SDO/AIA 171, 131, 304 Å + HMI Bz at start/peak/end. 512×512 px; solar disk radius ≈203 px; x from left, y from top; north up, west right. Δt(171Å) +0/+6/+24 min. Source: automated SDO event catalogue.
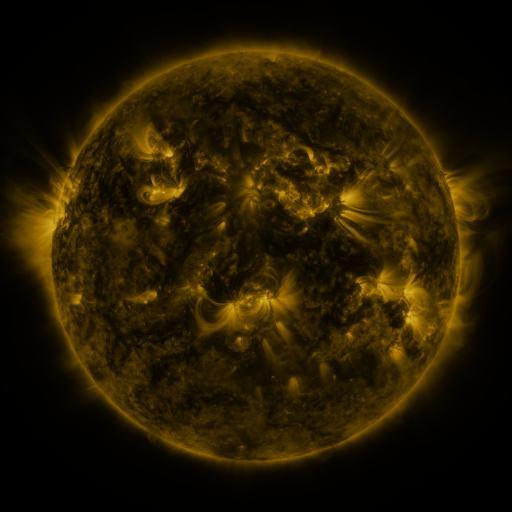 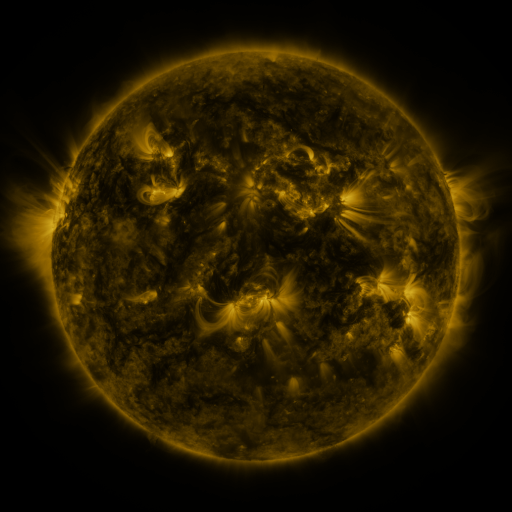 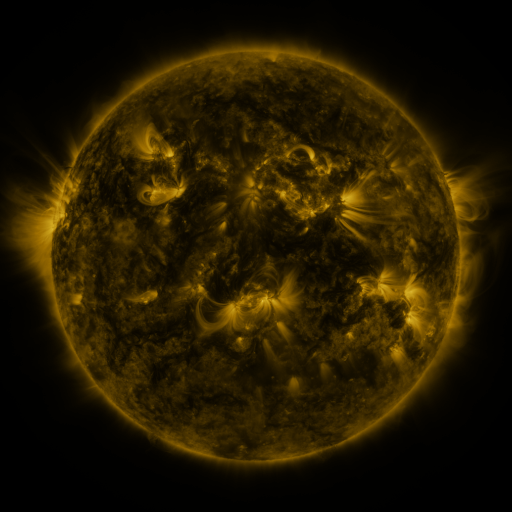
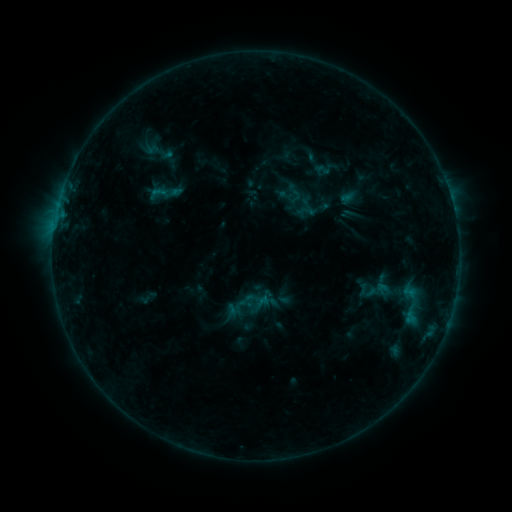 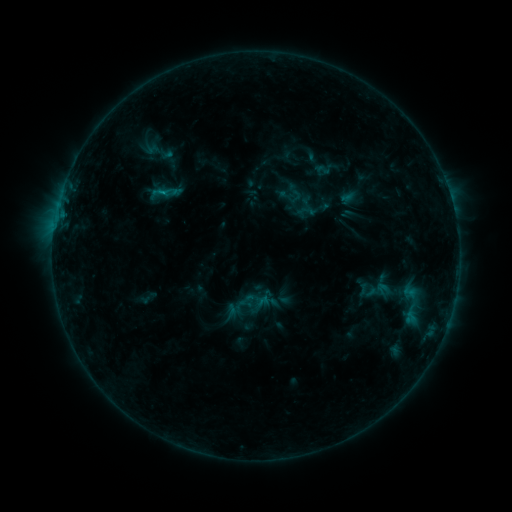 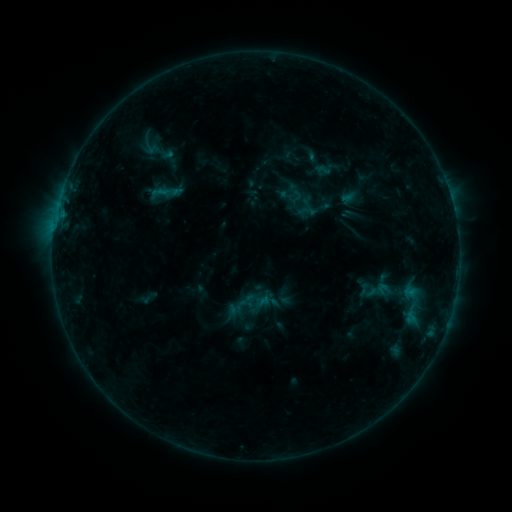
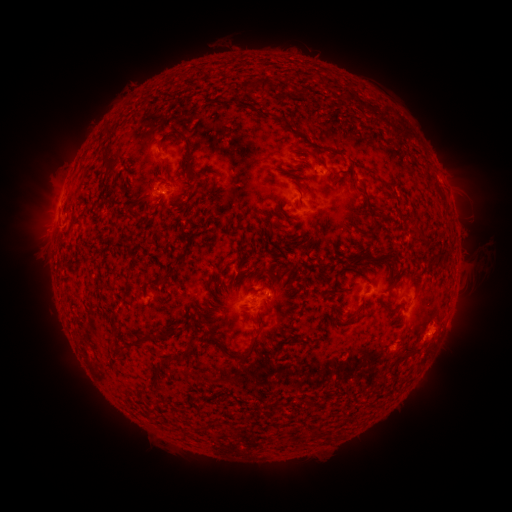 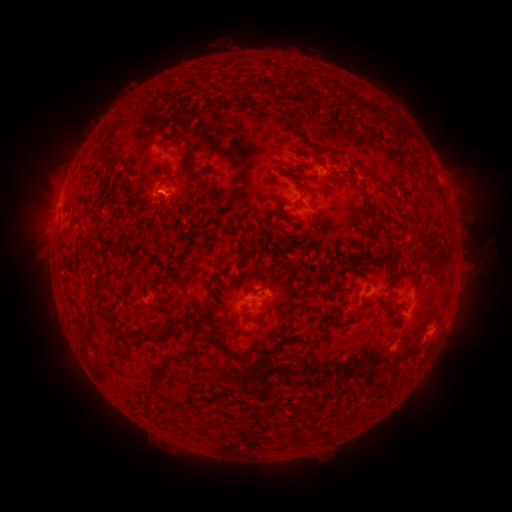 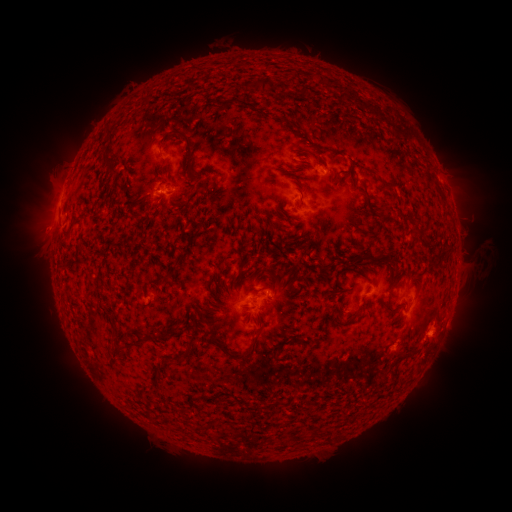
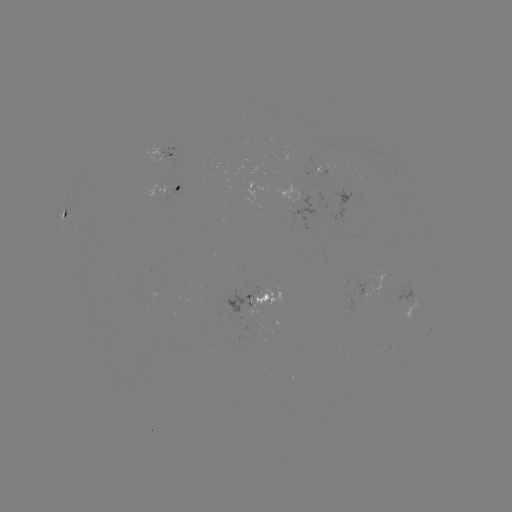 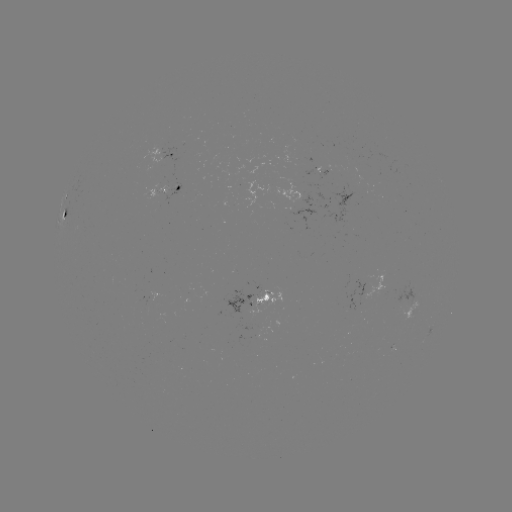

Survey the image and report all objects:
B4.9 flare: (165, 194)
